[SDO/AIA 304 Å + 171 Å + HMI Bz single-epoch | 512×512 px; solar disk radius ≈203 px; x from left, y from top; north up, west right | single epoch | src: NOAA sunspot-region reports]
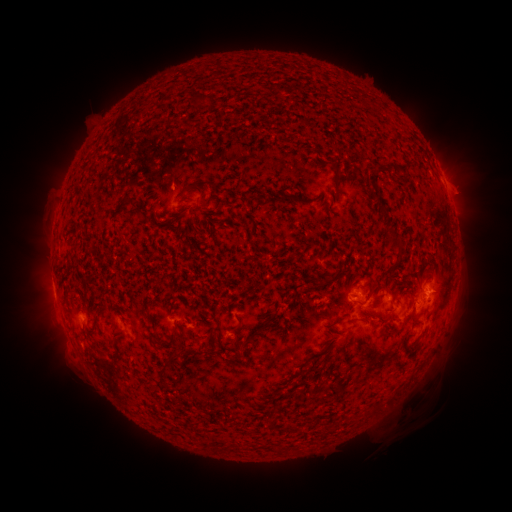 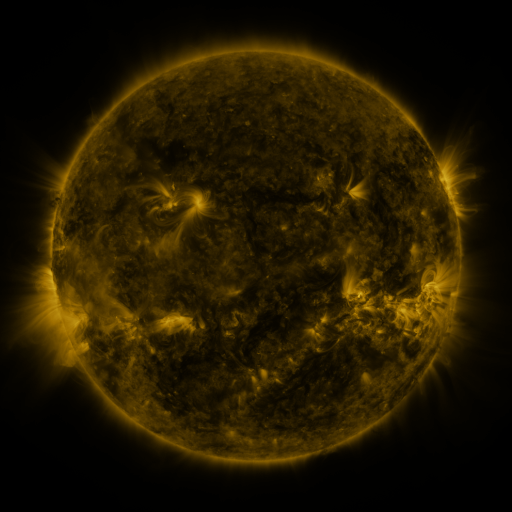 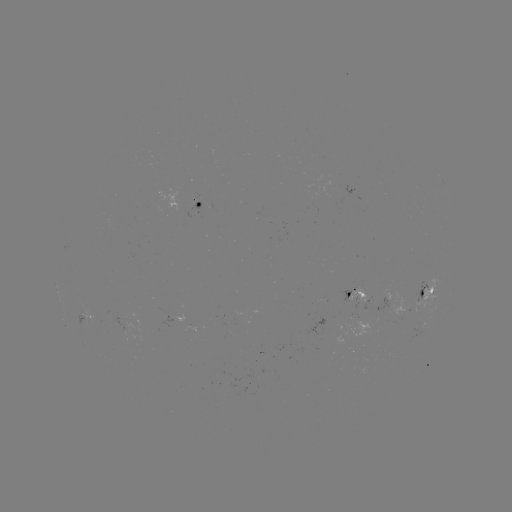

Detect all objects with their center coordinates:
spotted active region: (203, 204)
spotted active region: (357, 293)
spotted active region: (430, 293)
spotted active region: (91, 322)
